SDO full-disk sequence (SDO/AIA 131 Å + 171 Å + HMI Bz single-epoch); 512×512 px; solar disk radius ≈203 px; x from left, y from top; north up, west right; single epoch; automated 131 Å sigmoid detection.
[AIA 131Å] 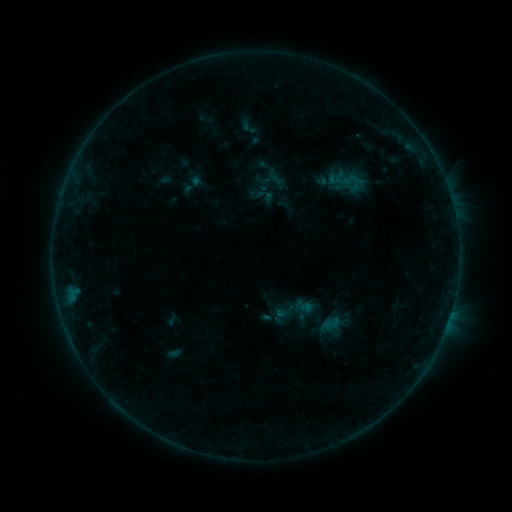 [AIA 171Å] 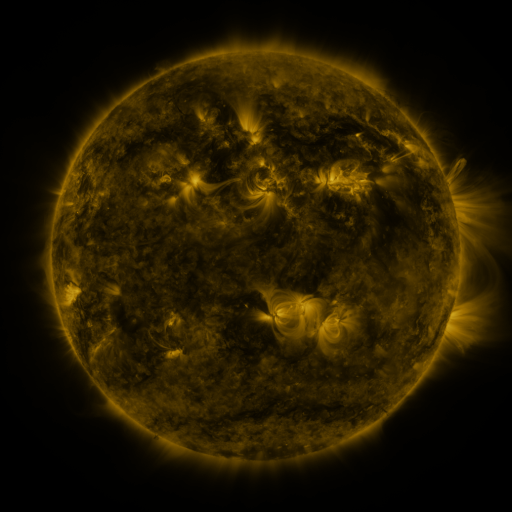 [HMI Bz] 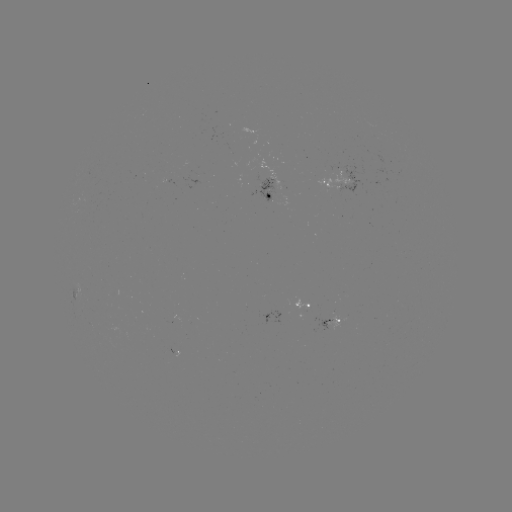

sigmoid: (323, 314, 340, 333)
